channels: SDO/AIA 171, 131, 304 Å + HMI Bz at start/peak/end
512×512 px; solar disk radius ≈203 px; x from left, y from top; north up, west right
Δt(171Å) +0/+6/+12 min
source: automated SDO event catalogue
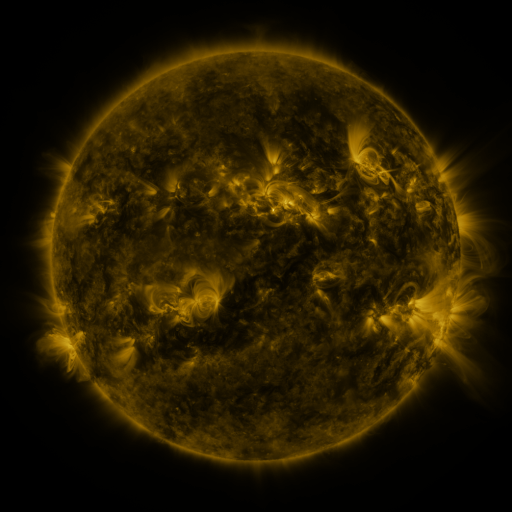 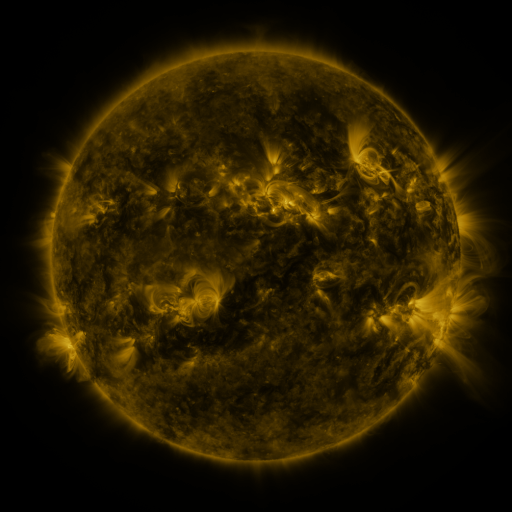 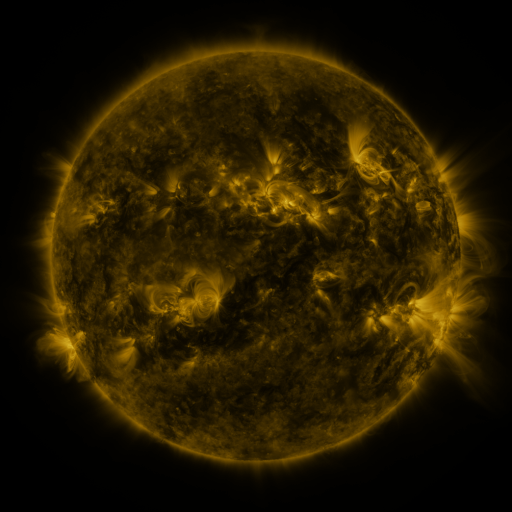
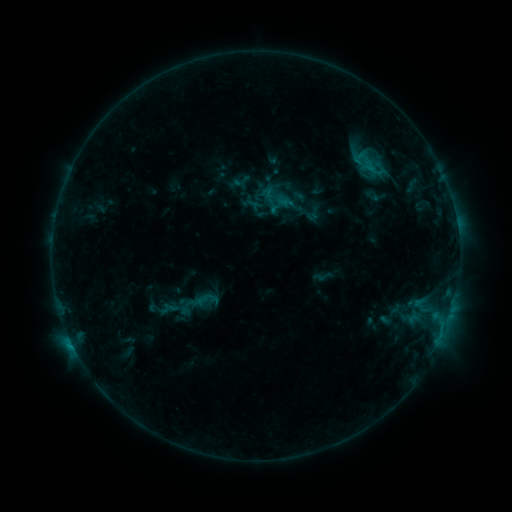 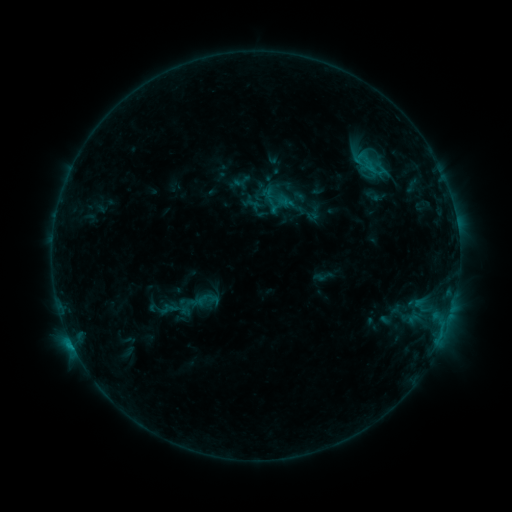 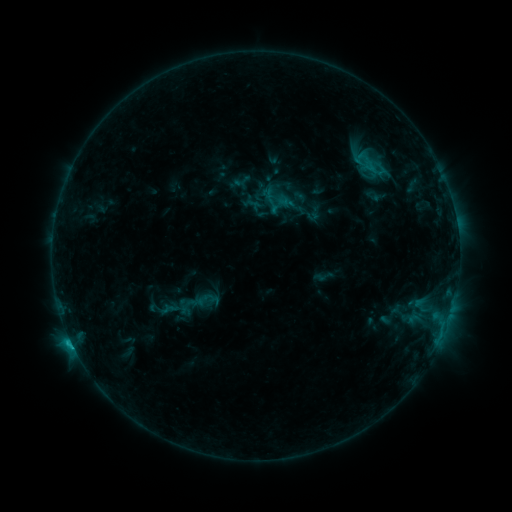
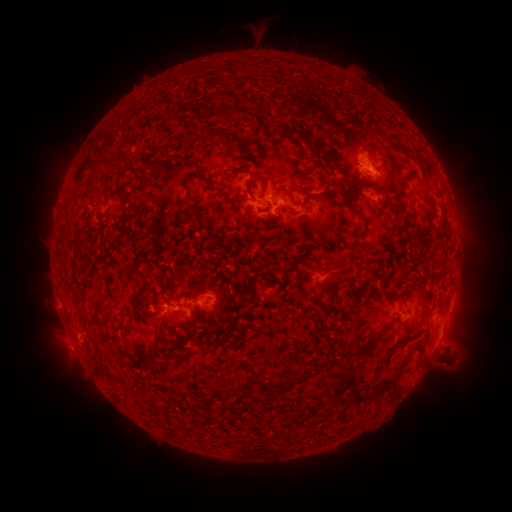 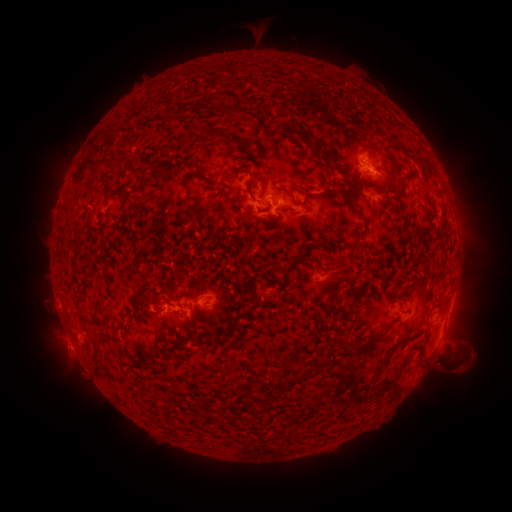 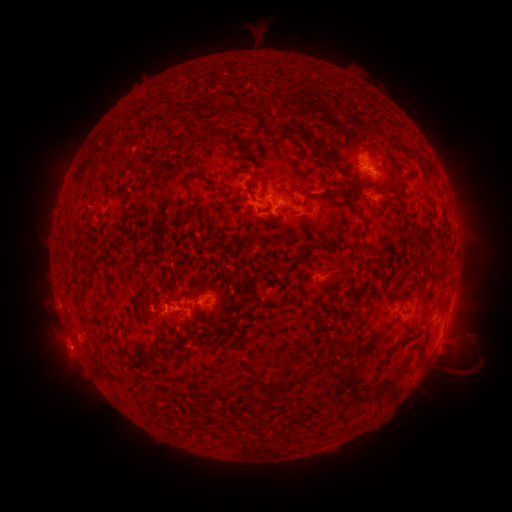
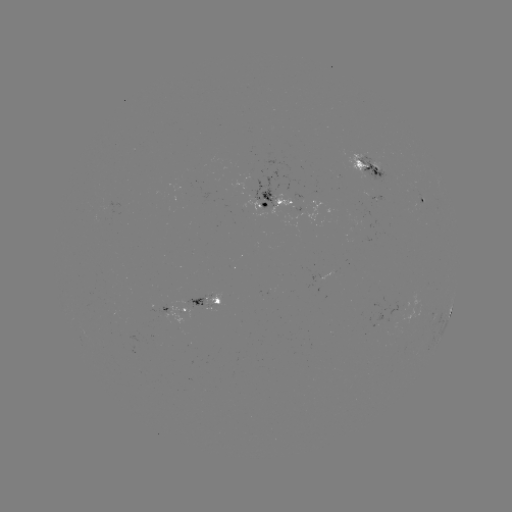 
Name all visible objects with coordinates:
eruption: (470, 356)
